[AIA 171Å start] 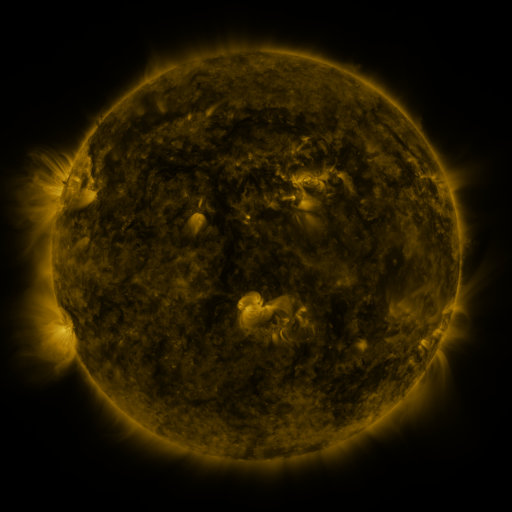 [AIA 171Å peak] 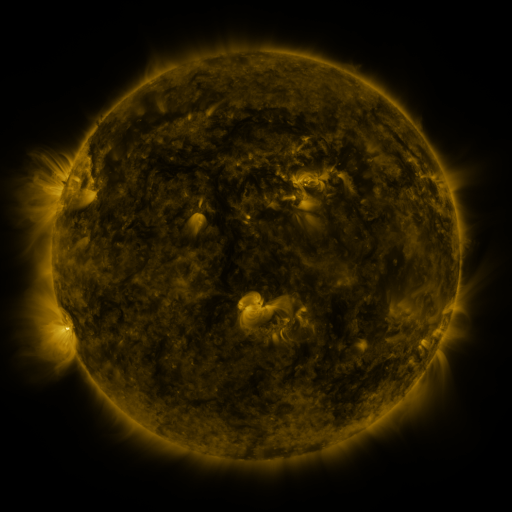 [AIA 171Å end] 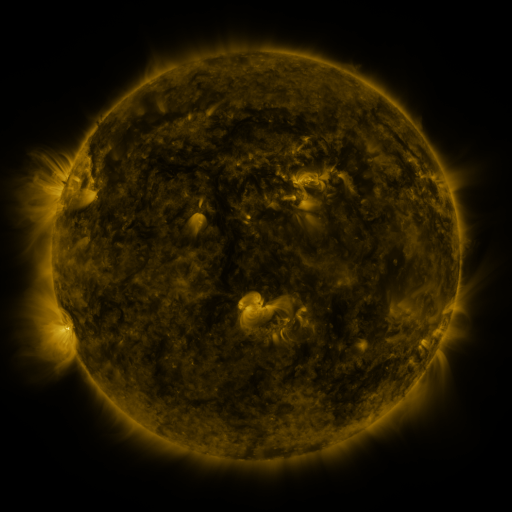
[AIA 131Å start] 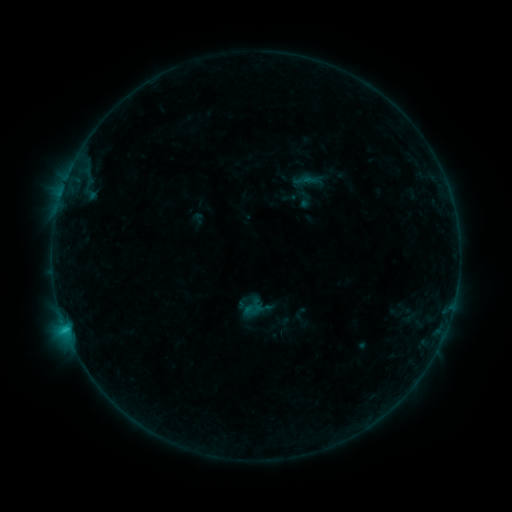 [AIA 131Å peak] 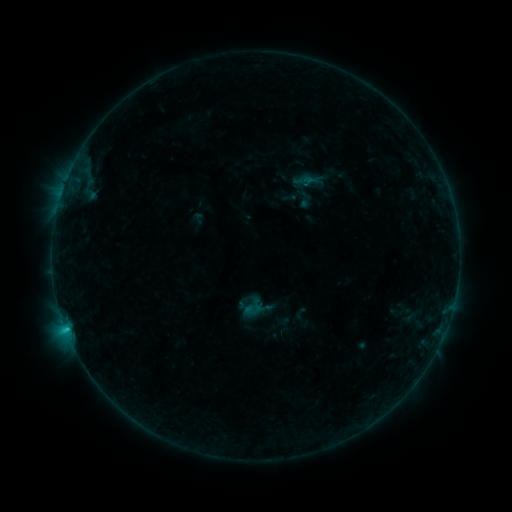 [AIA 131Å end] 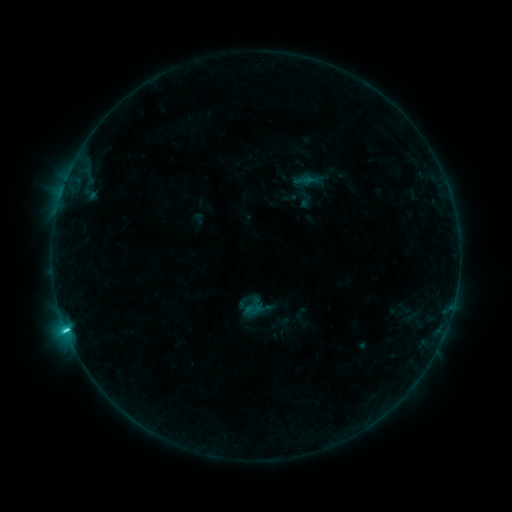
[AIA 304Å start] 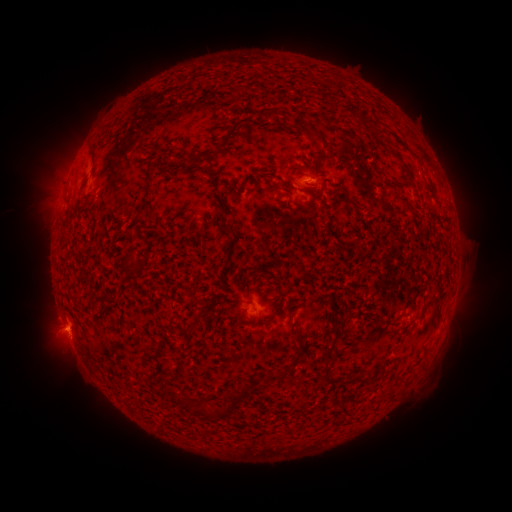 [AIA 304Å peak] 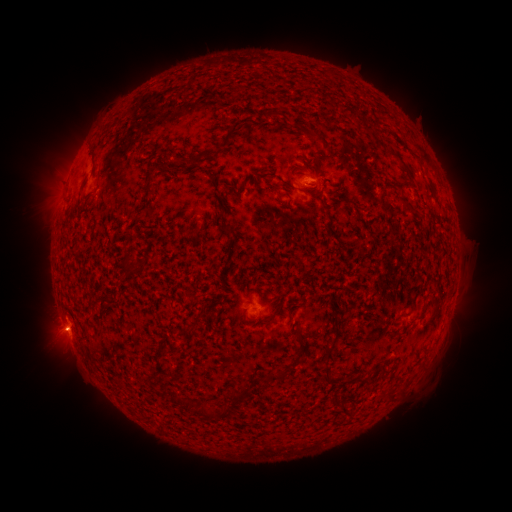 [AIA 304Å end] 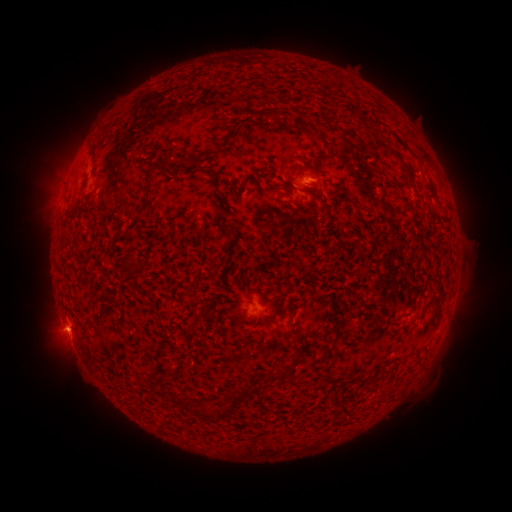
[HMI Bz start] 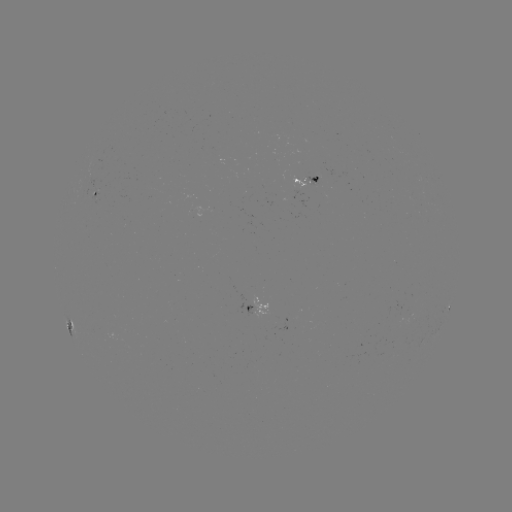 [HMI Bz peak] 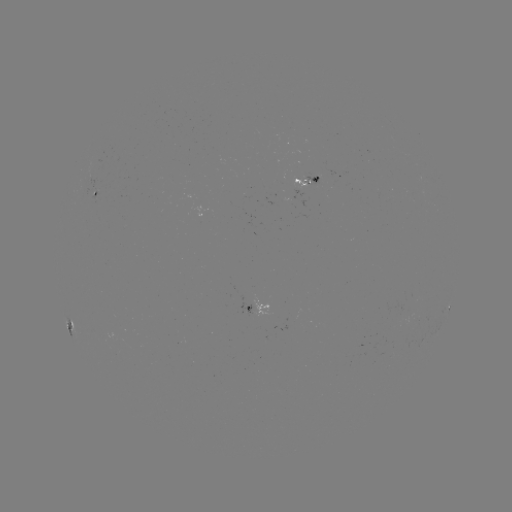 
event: eruption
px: (57, 334)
